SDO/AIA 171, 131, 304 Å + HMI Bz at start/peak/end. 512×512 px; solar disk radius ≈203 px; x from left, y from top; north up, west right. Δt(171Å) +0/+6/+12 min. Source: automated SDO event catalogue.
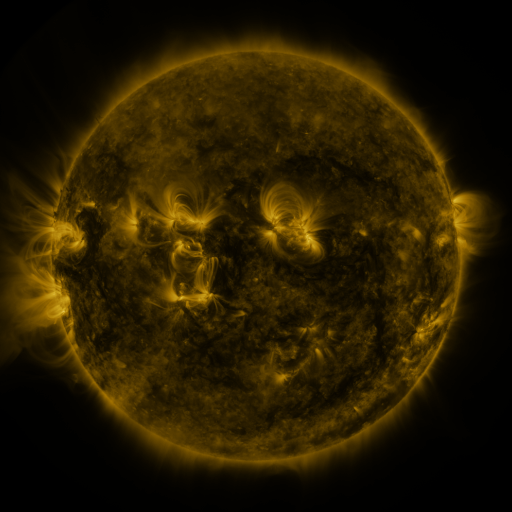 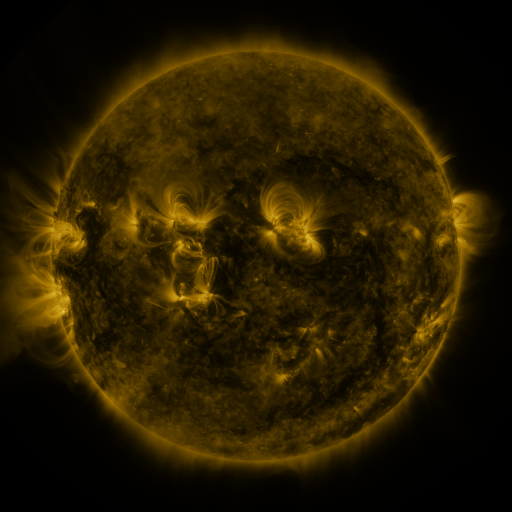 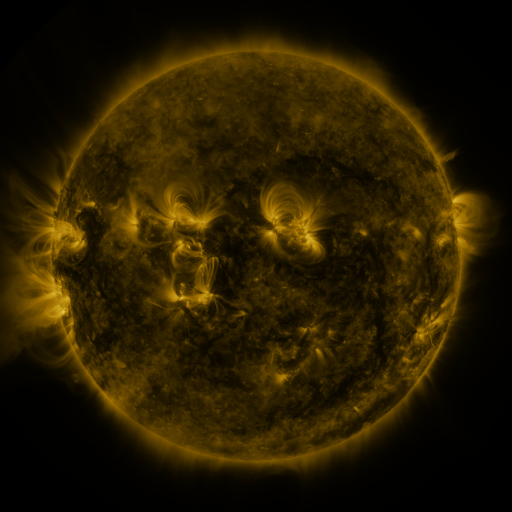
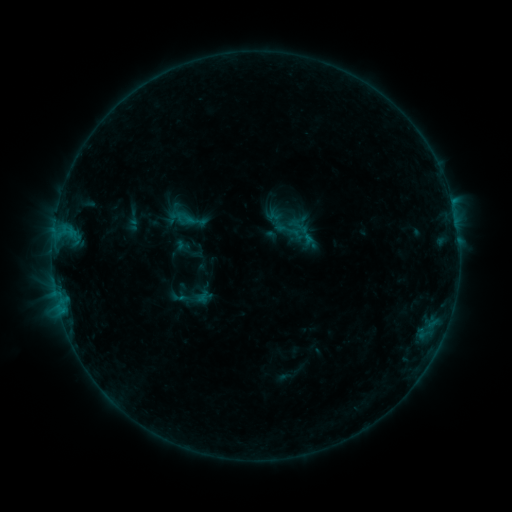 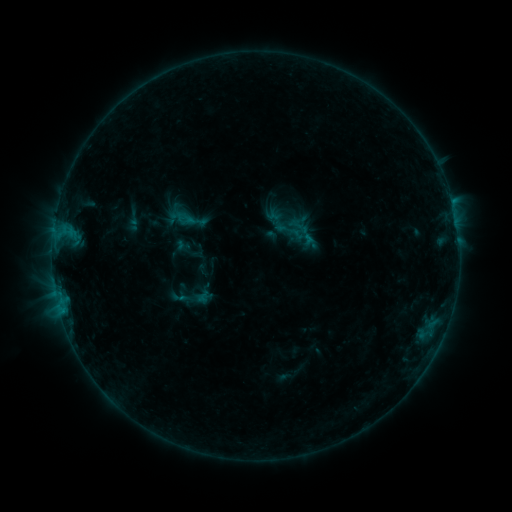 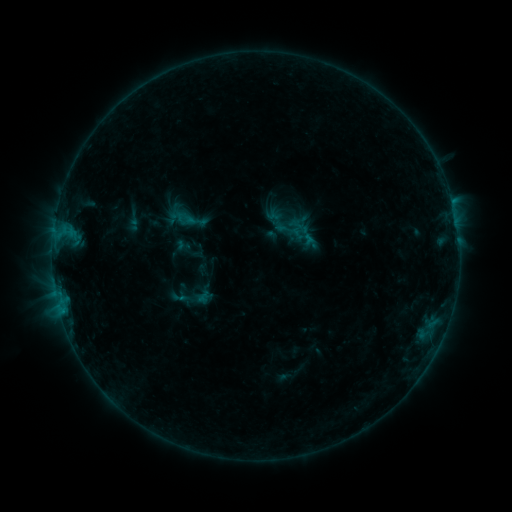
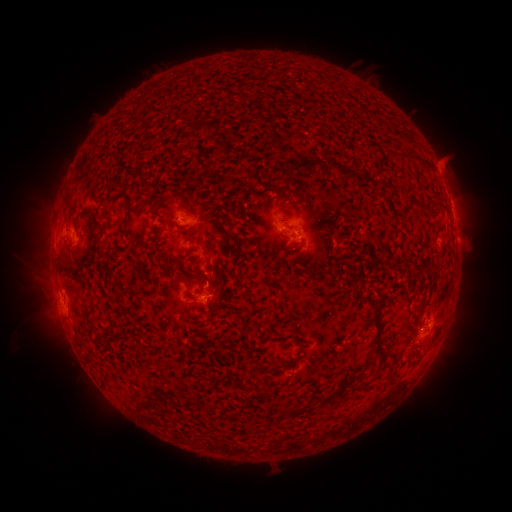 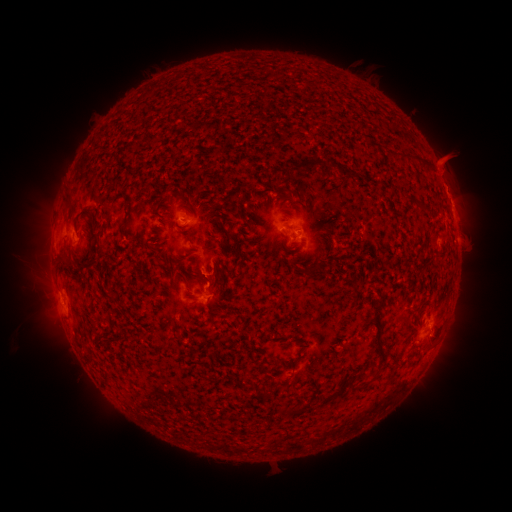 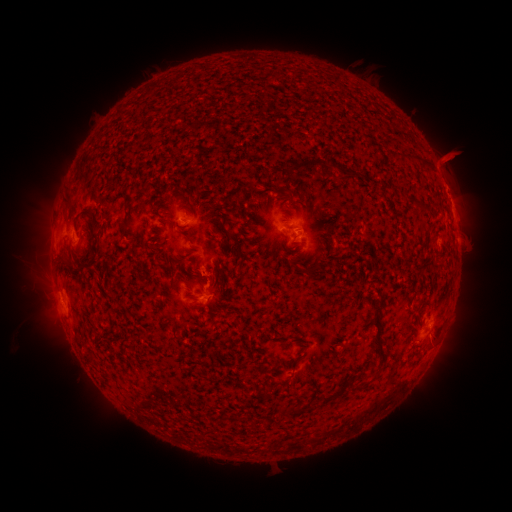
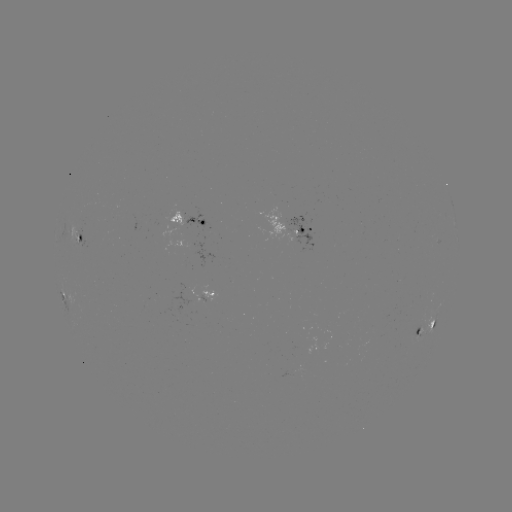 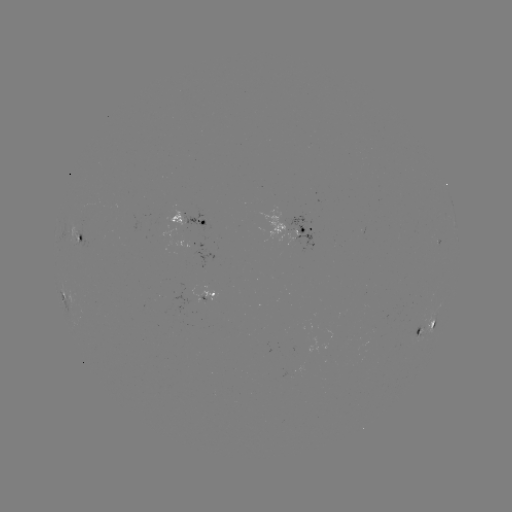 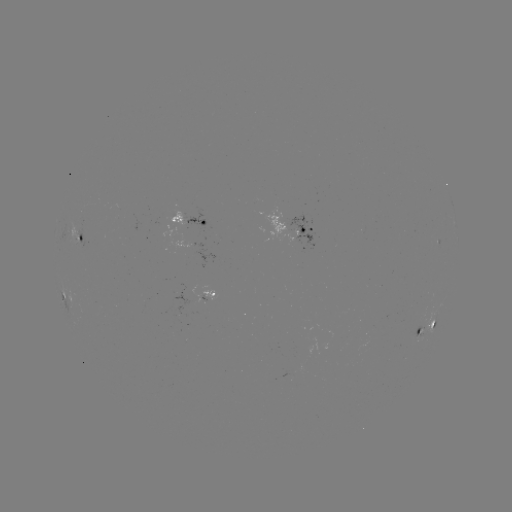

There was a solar eruption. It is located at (449, 176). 